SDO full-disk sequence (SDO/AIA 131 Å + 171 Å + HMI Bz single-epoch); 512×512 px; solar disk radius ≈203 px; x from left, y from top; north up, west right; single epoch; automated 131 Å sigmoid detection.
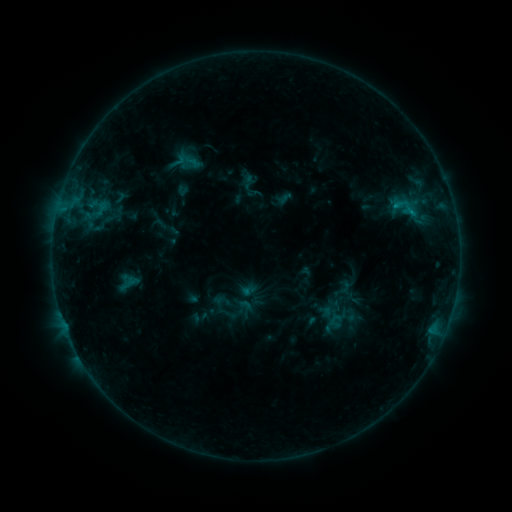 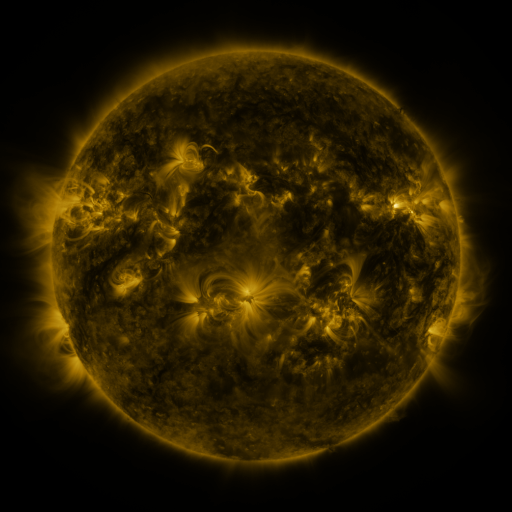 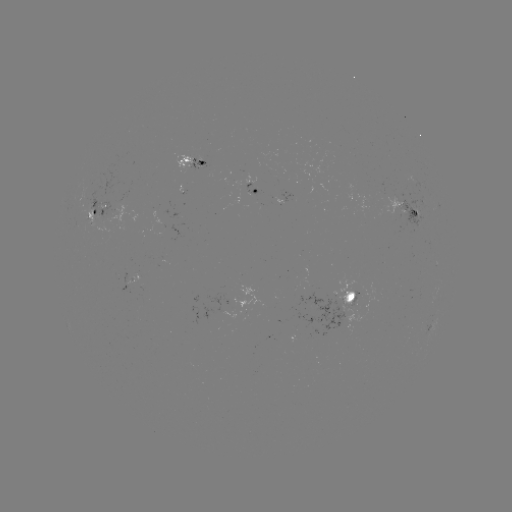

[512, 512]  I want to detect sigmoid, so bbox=[330, 304, 349, 325].